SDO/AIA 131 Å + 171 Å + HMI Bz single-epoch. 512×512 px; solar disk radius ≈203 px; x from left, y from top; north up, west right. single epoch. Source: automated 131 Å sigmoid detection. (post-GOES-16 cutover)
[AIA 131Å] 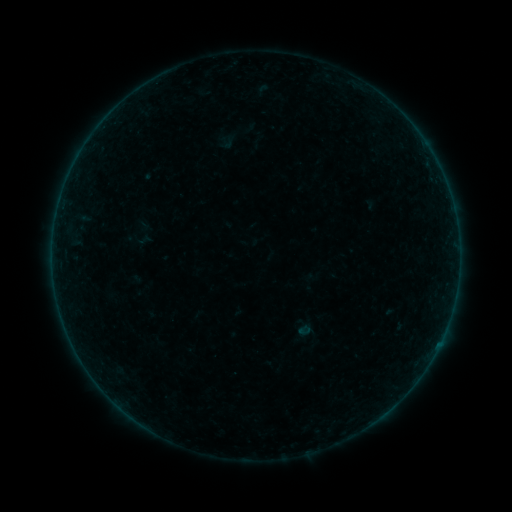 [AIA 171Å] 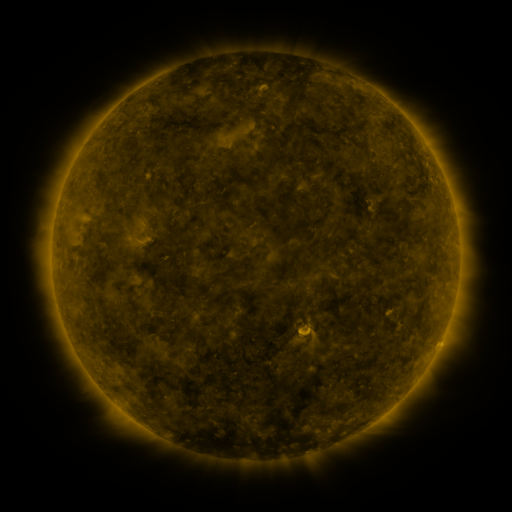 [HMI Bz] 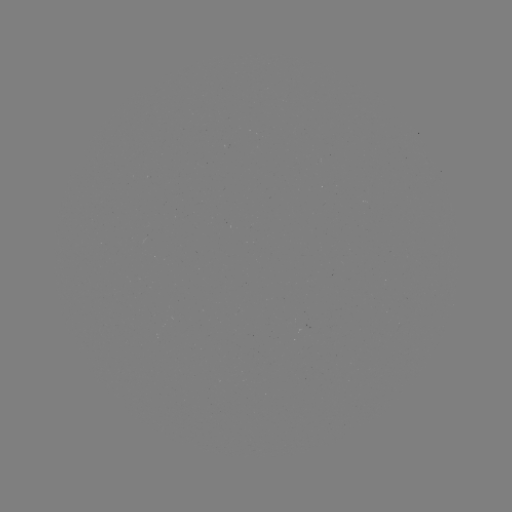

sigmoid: [135, 223, 157, 245]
